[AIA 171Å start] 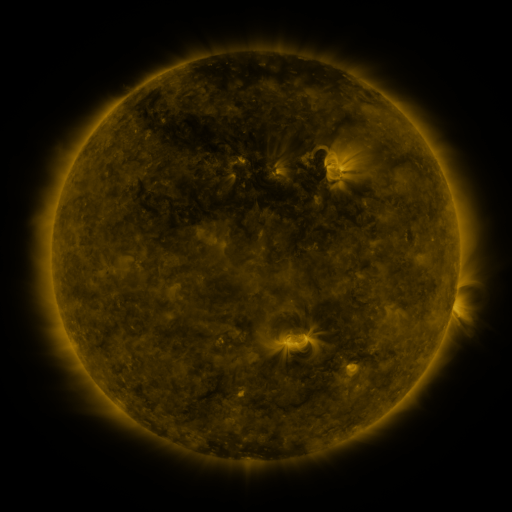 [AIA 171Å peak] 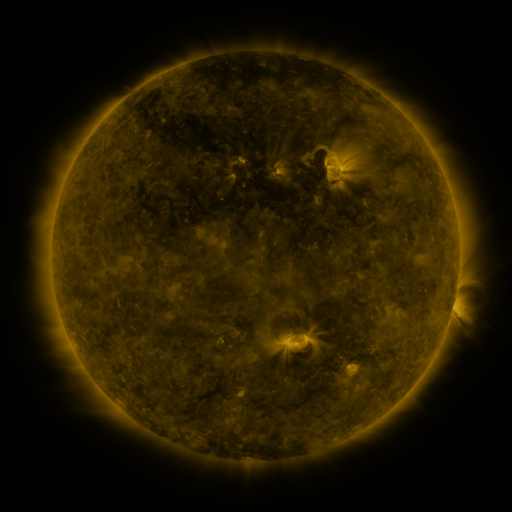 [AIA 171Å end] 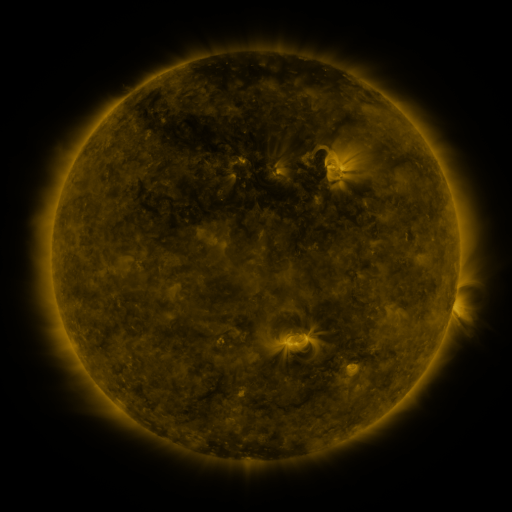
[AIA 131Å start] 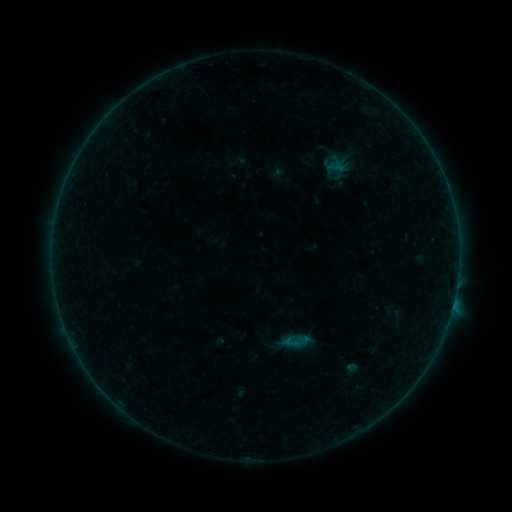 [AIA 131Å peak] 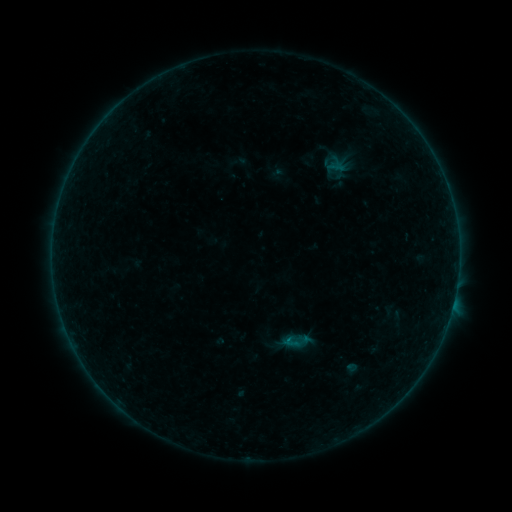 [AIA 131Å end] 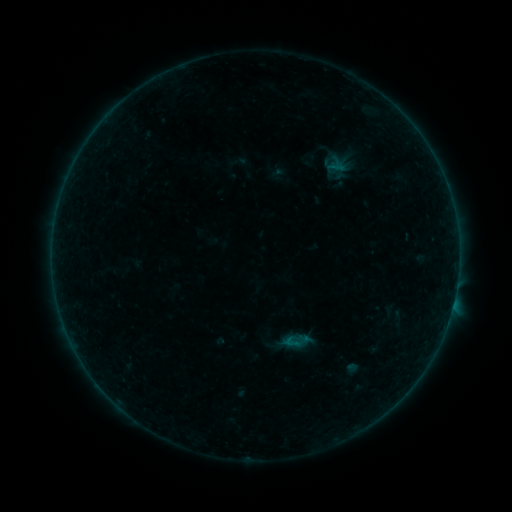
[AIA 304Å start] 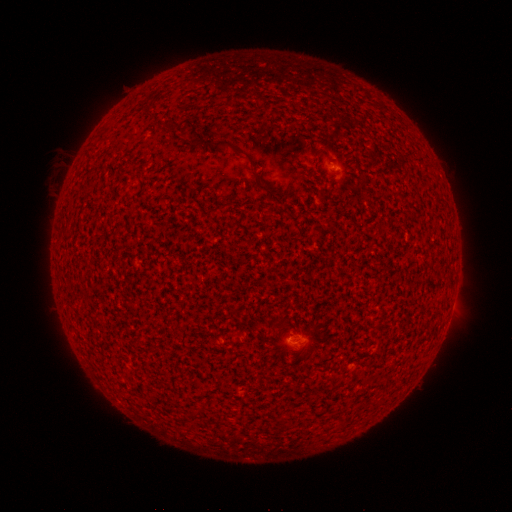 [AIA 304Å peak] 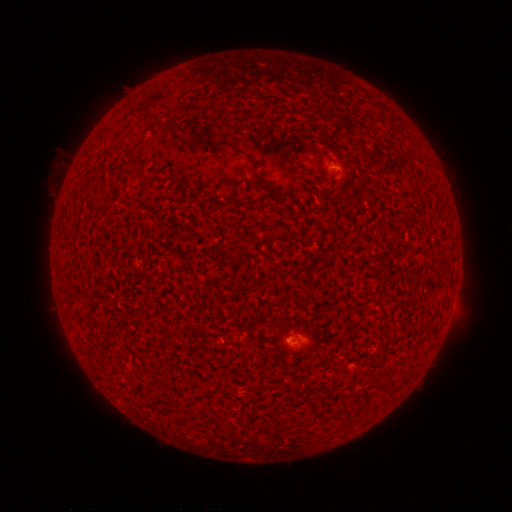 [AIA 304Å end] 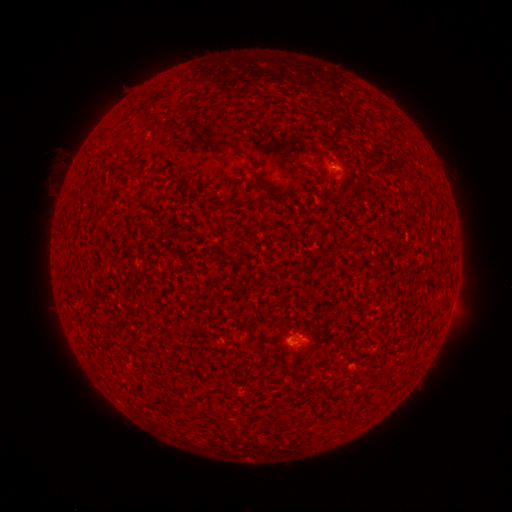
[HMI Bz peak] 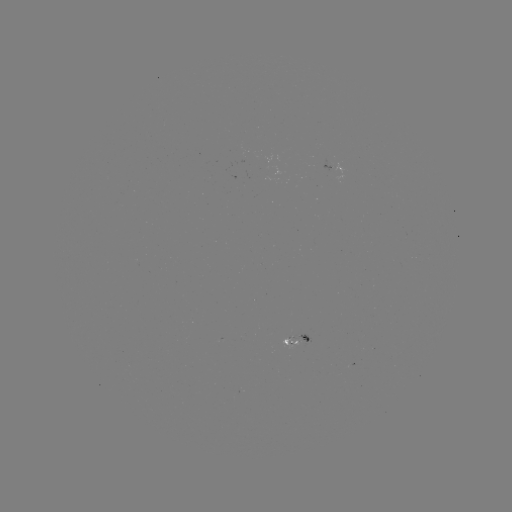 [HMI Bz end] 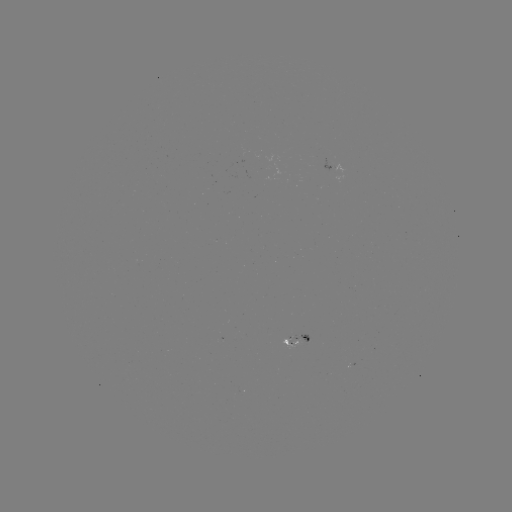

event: flare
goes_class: A8.6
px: (286, 338)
